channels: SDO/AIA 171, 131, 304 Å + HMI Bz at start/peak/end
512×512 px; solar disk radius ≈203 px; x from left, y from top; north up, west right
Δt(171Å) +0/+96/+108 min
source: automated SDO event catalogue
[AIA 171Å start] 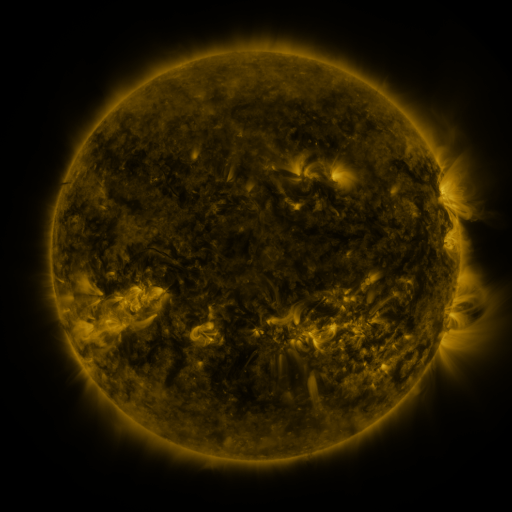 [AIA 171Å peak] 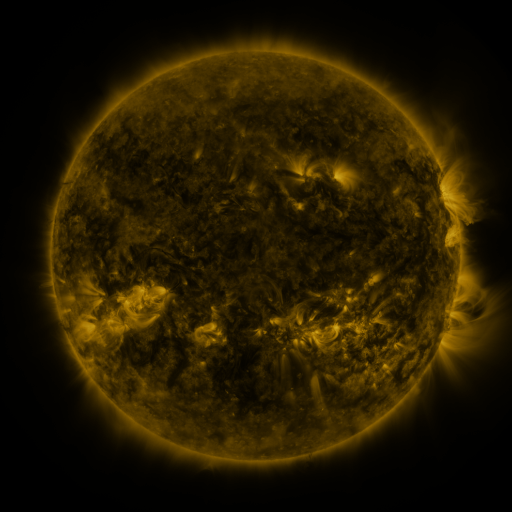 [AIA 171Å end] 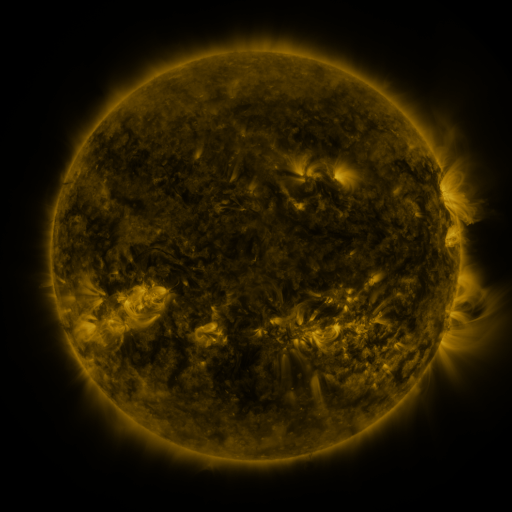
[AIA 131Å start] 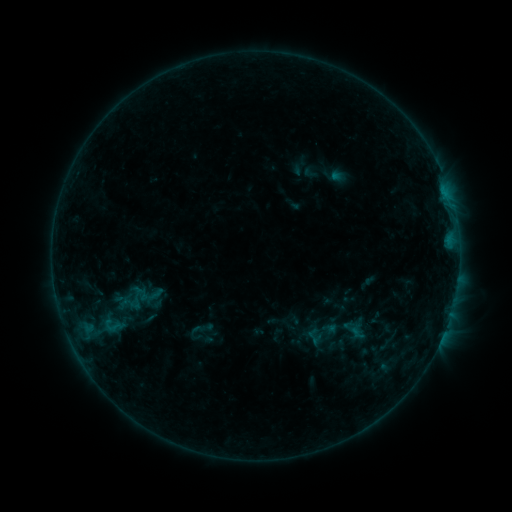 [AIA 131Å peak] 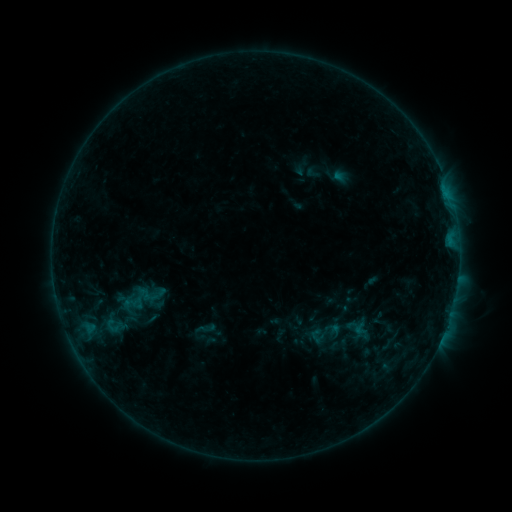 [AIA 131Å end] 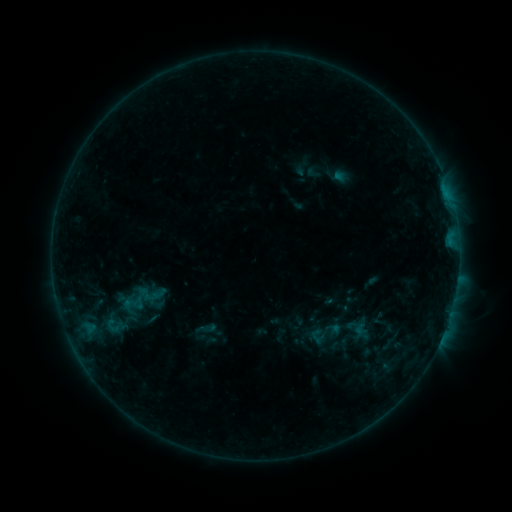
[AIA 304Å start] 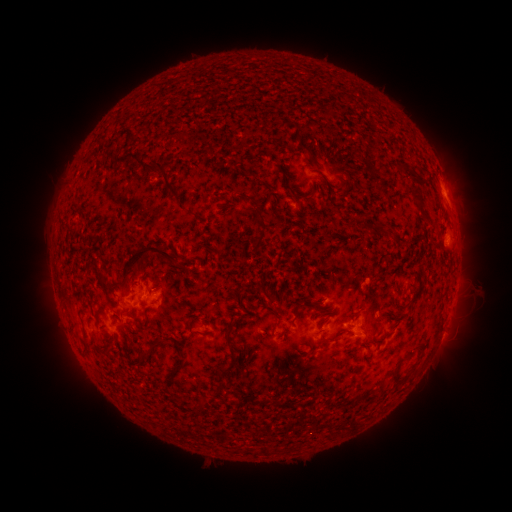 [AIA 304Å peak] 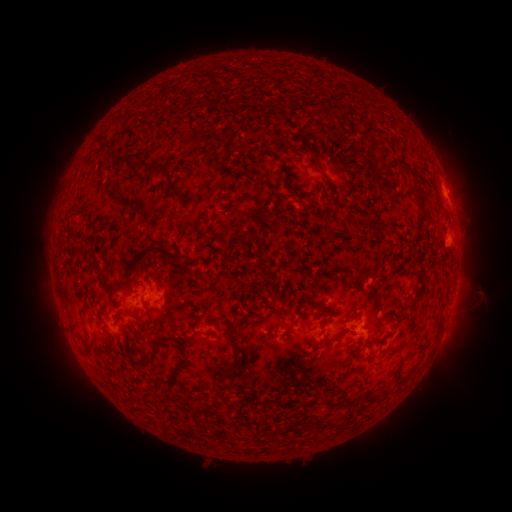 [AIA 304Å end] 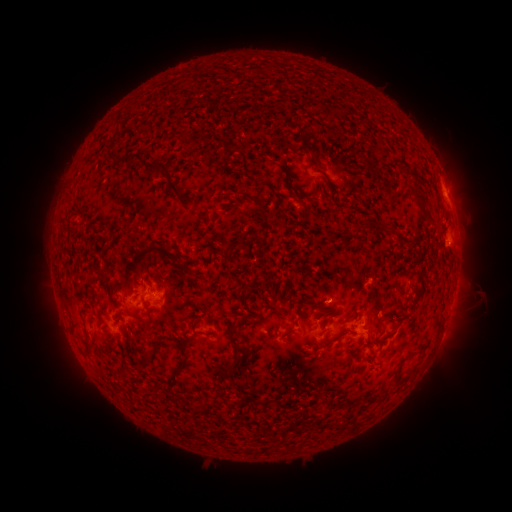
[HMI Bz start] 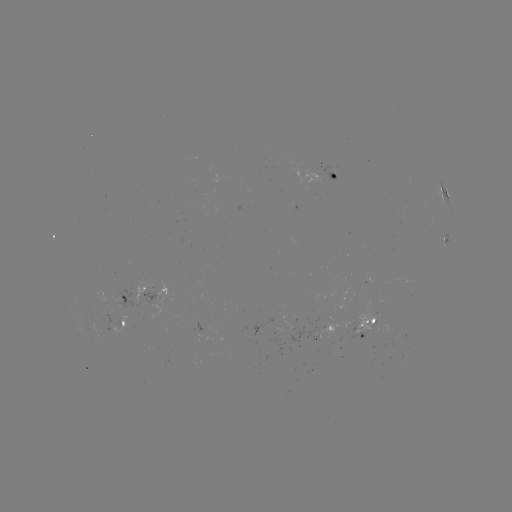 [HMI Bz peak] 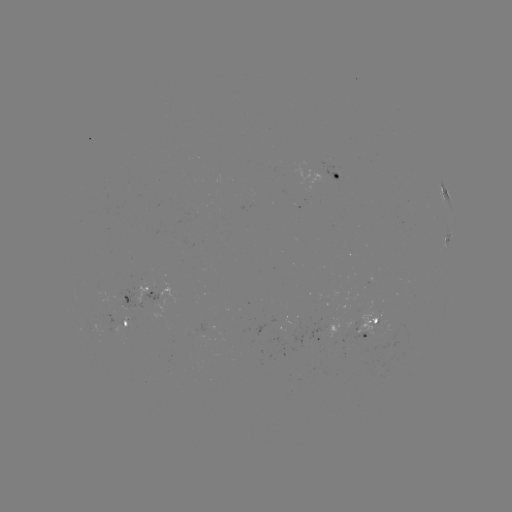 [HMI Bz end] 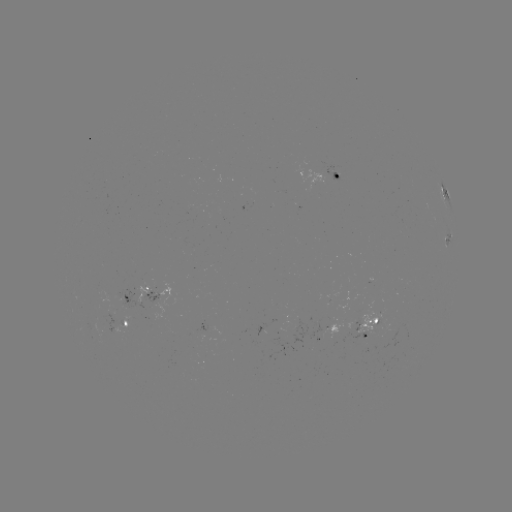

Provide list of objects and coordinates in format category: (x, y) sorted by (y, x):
emerging-flux region: (378, 333)
